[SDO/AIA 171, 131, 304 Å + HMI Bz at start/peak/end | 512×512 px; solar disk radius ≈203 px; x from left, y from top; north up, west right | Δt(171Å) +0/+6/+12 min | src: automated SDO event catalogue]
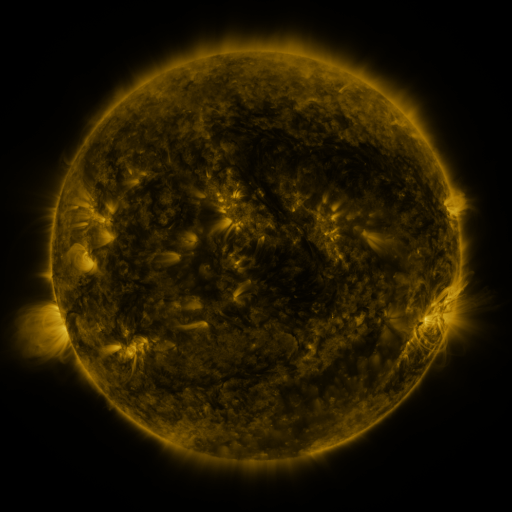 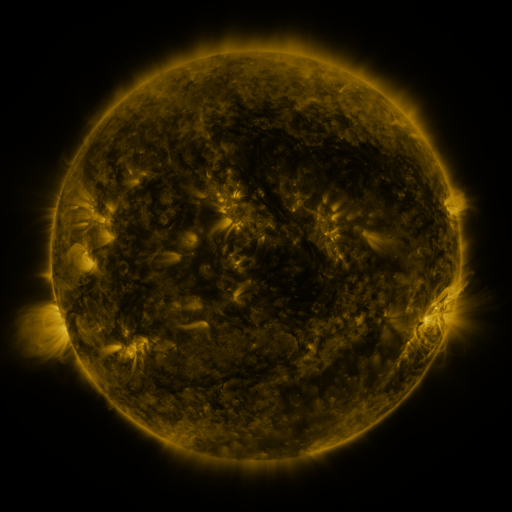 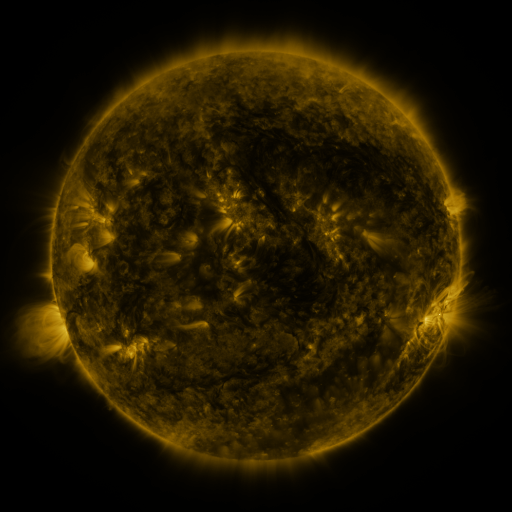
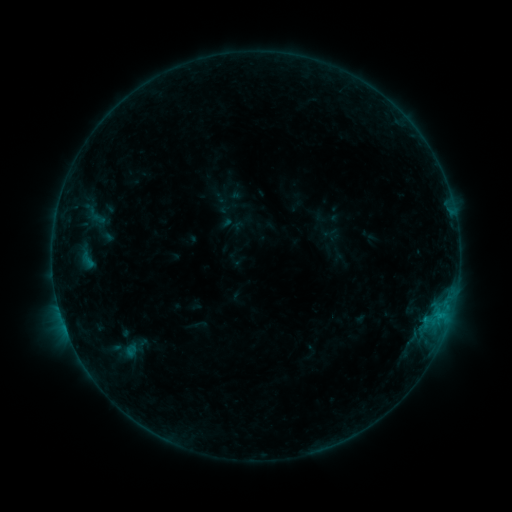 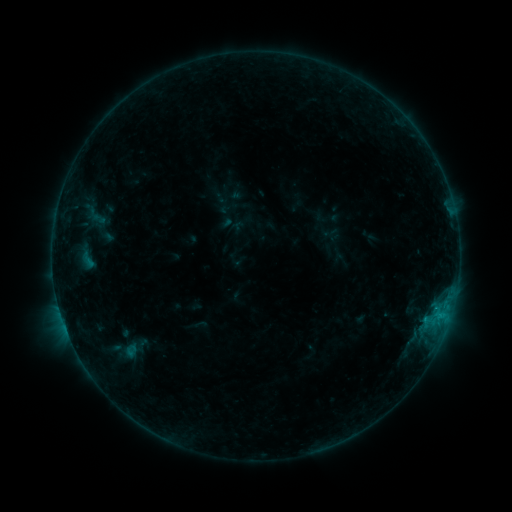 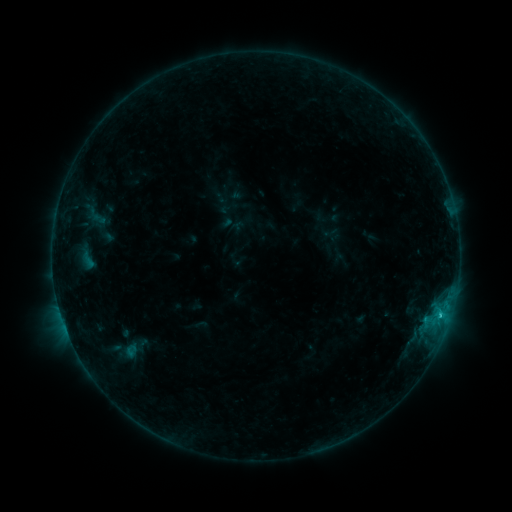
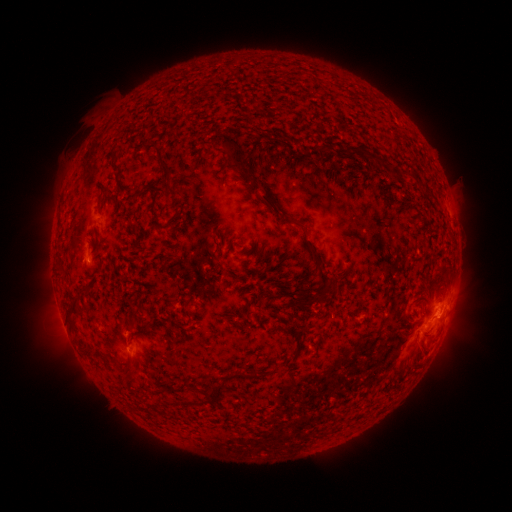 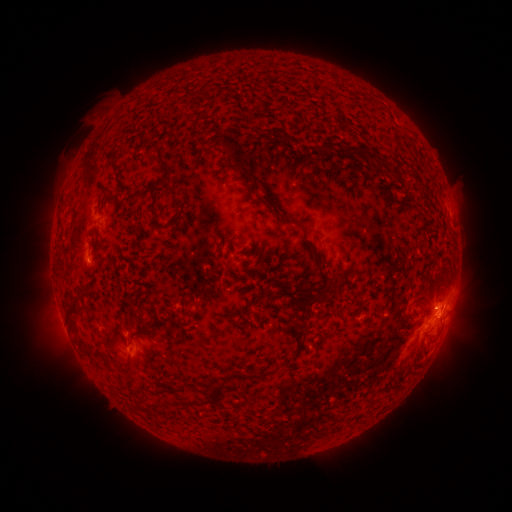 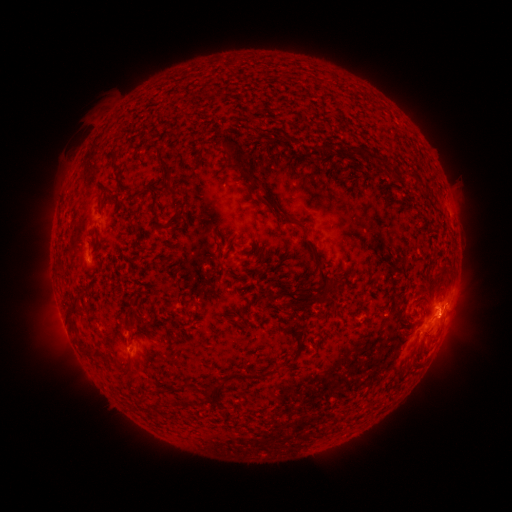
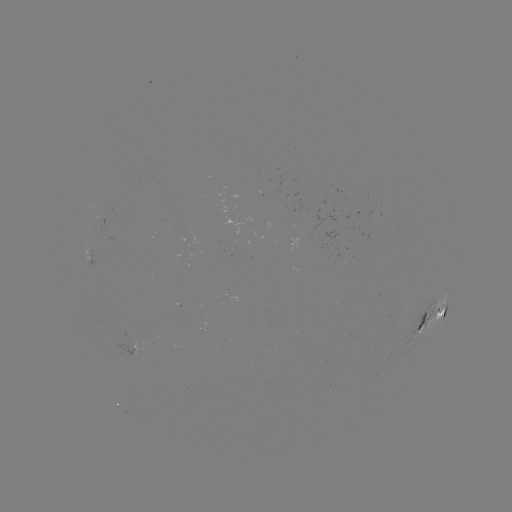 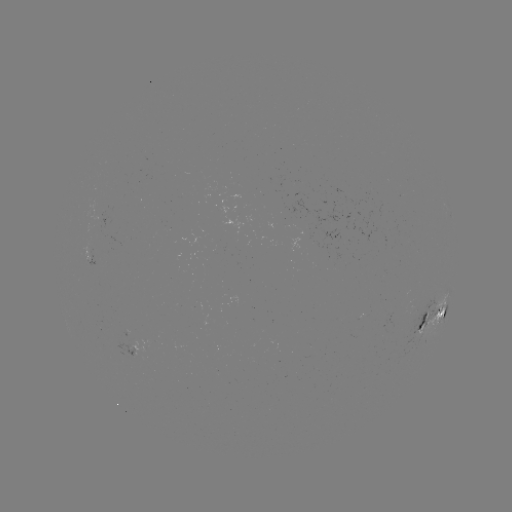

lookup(C1.2 flare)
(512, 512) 434,308